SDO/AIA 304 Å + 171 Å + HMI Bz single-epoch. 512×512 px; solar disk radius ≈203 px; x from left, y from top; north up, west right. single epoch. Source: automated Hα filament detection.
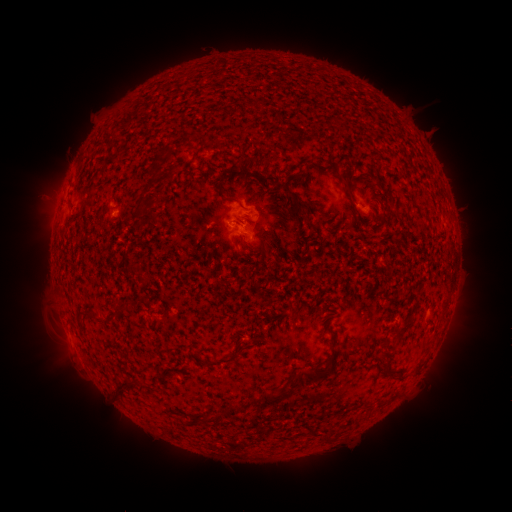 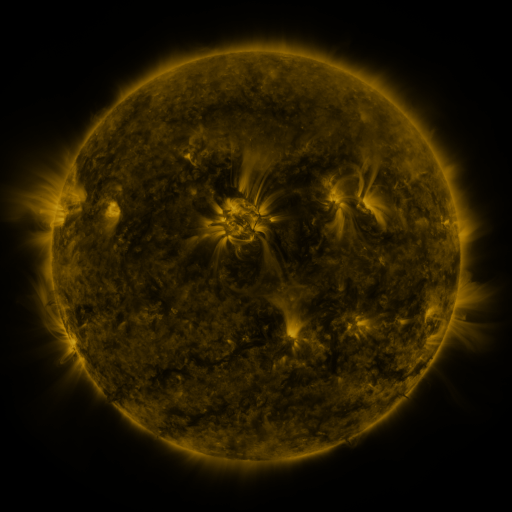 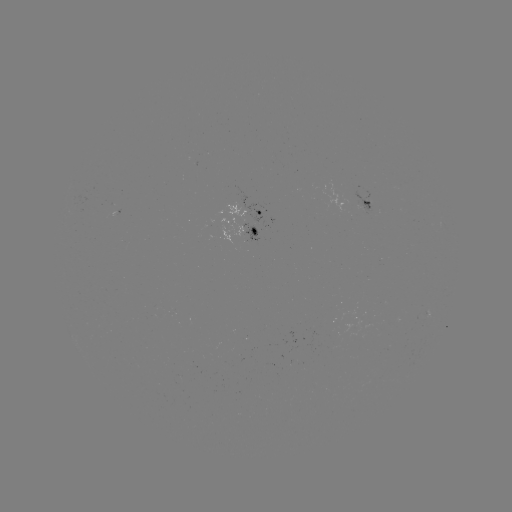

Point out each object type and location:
filament: (128, 118)
filament: (156, 171)
filament: (226, 175)
filament: (345, 178)
filament: (295, 200)
filament: (138, 211)
filament: (312, 227)
filament: (254, 231)
filament: (121, 307)
filament: (104, 319)
filament: (388, 348)
filament: (228, 359)
filament: (387, 370)
filament: (318, 373)
filament: (121, 383)
filament: (272, 398)
filament: (220, 415)
